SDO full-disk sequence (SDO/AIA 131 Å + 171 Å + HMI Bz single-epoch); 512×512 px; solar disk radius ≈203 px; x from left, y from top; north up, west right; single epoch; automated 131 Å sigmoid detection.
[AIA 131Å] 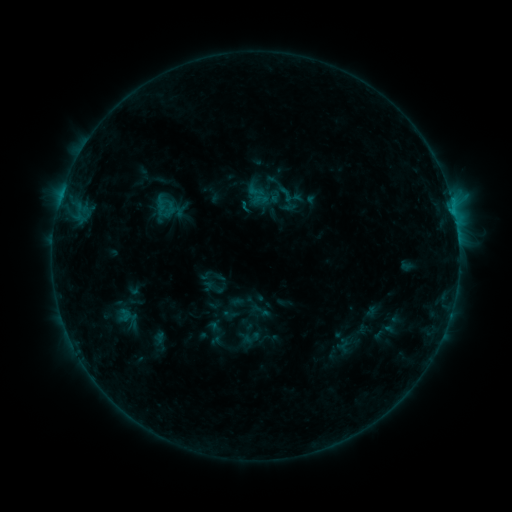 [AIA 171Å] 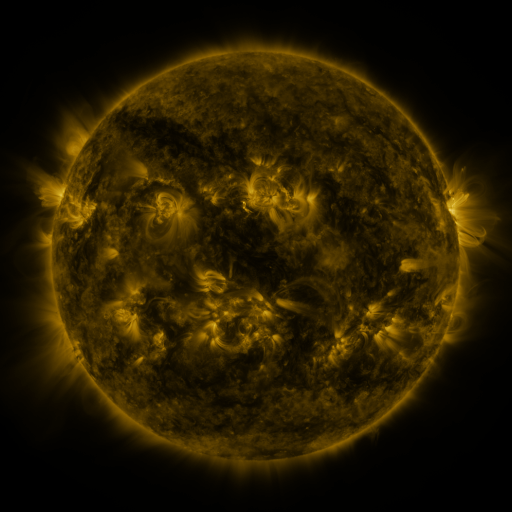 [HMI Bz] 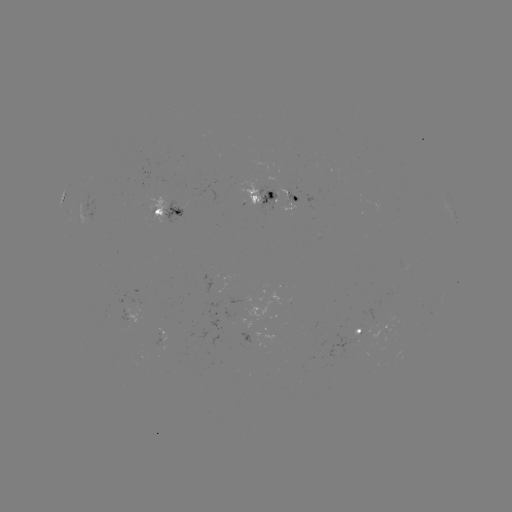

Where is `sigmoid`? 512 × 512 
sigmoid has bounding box [276, 184, 296, 203].